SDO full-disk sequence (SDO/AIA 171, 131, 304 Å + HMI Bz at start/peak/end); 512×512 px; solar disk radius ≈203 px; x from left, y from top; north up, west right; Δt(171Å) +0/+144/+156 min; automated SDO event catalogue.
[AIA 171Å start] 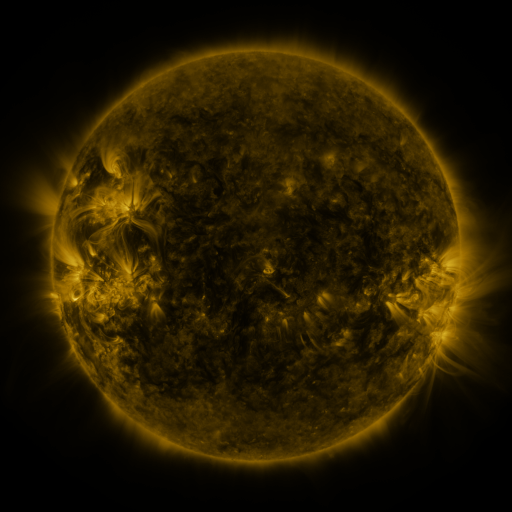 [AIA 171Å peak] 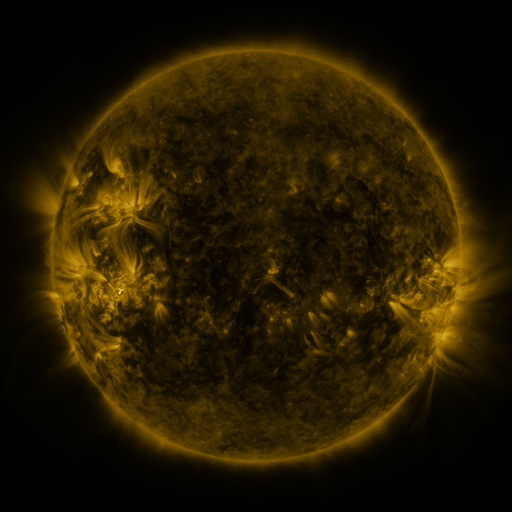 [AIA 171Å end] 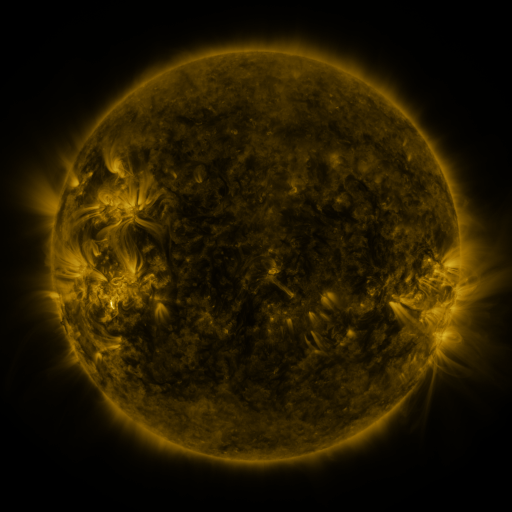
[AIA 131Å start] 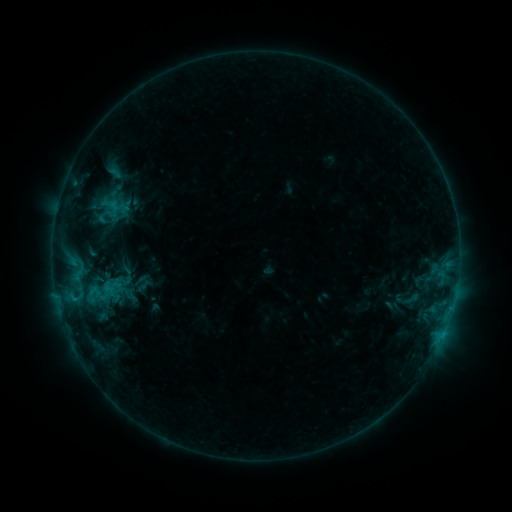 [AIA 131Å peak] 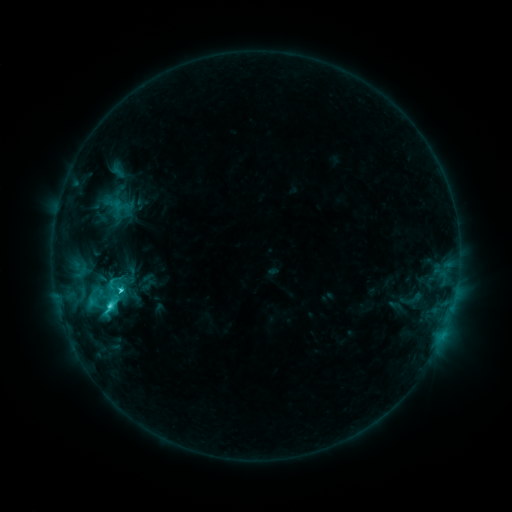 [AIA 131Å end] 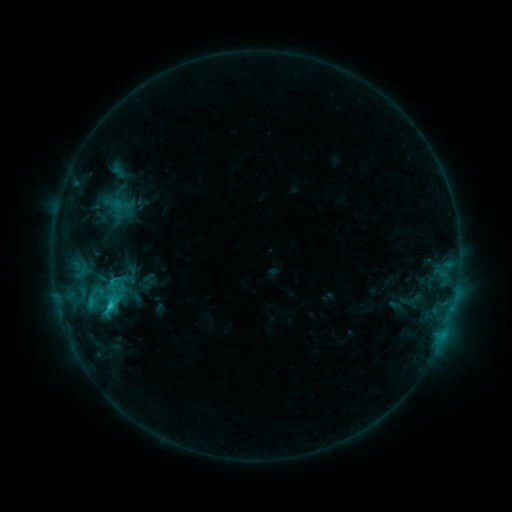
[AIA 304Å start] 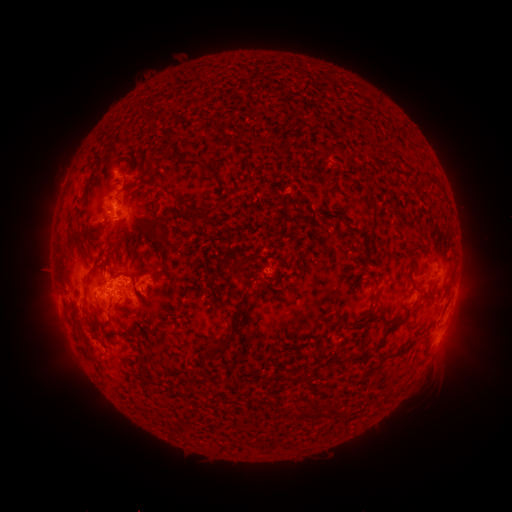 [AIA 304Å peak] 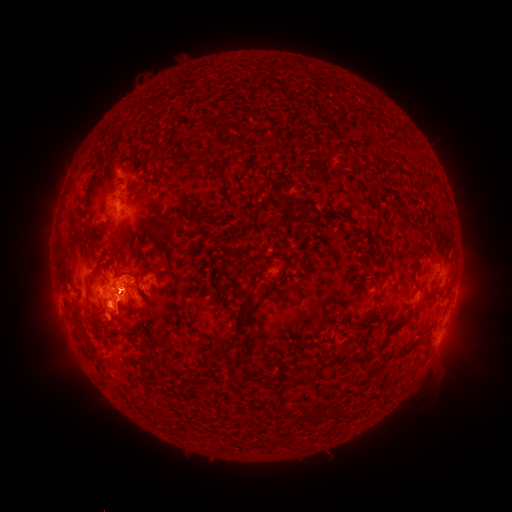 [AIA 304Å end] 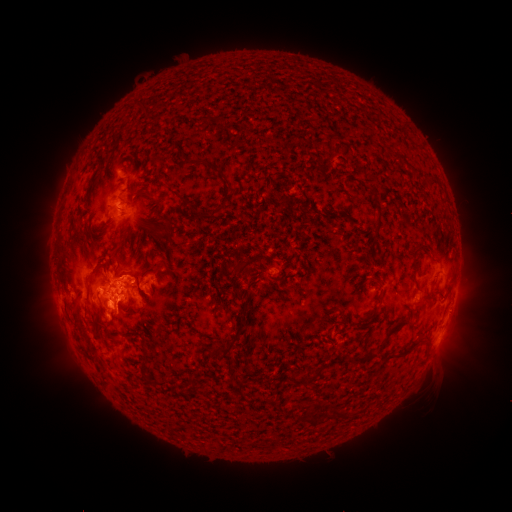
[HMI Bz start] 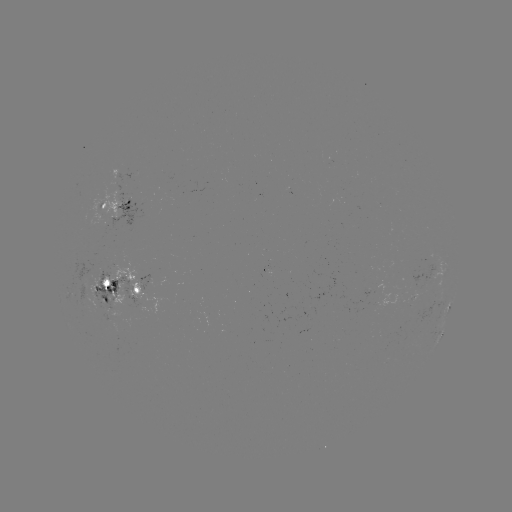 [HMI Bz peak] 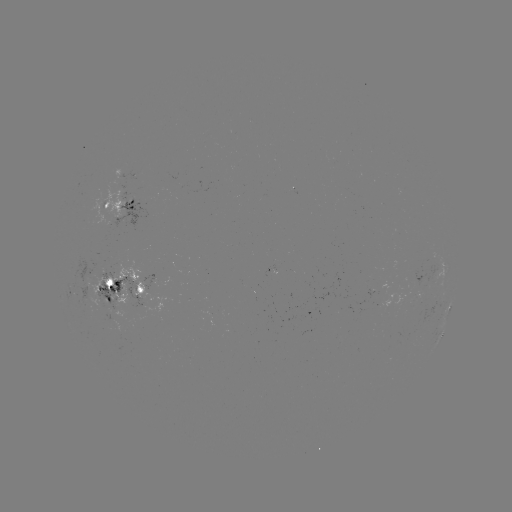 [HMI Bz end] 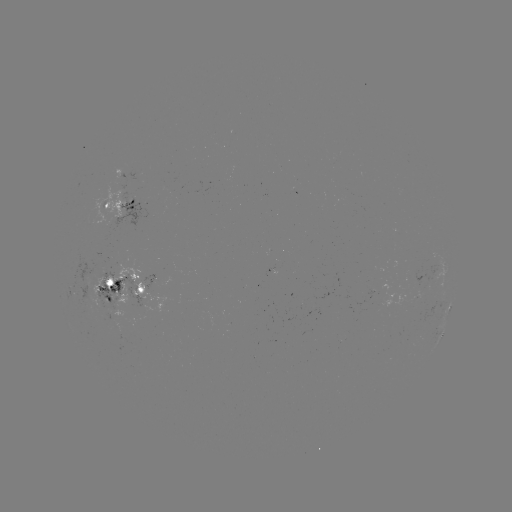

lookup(emerging-flux region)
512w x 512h [86, 288]